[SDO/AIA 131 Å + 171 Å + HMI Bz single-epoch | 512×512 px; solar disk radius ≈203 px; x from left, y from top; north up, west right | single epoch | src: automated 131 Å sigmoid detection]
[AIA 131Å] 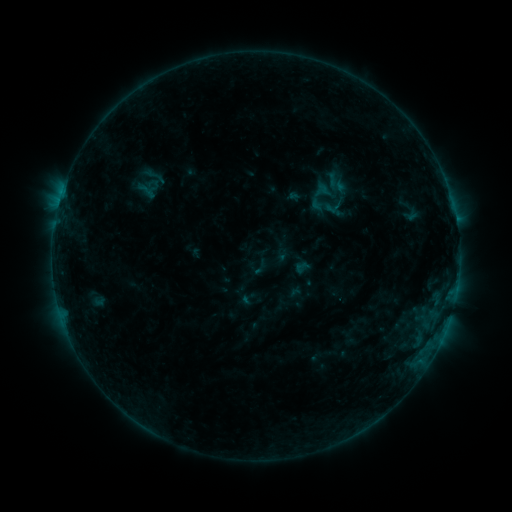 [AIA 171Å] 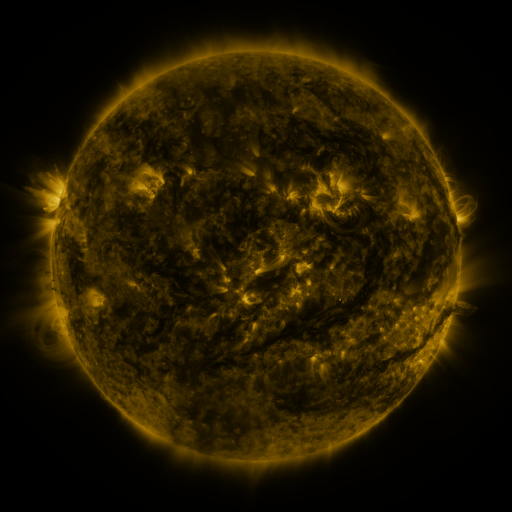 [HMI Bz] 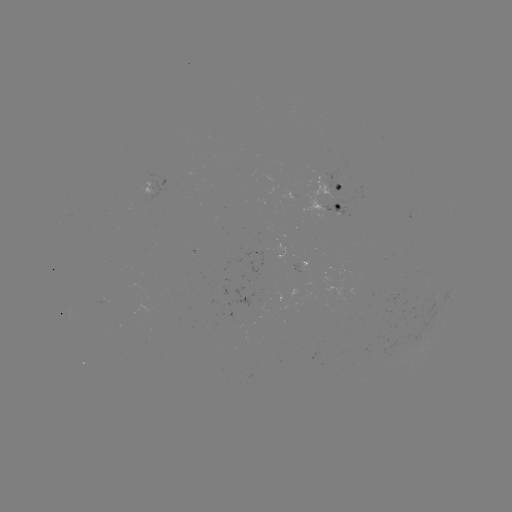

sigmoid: [293, 258, 309, 275]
